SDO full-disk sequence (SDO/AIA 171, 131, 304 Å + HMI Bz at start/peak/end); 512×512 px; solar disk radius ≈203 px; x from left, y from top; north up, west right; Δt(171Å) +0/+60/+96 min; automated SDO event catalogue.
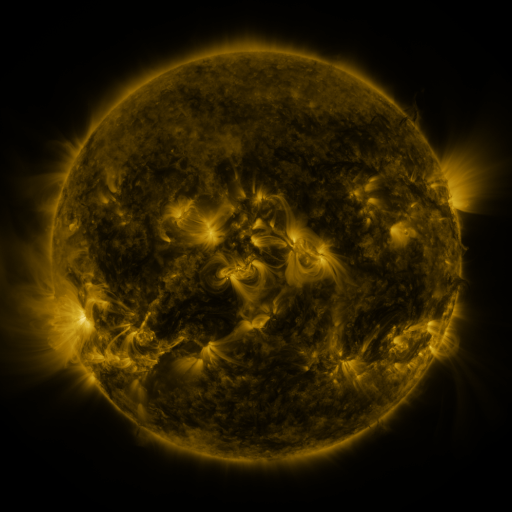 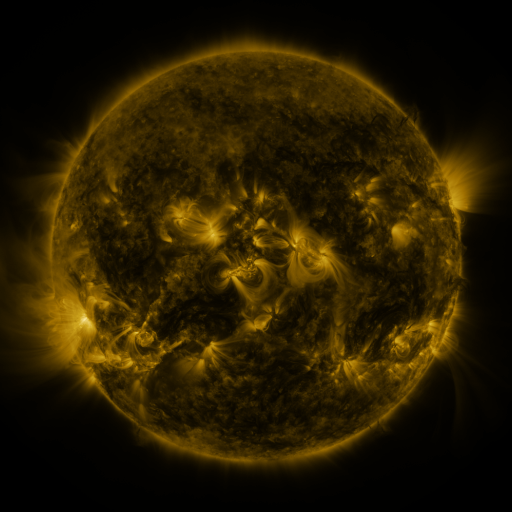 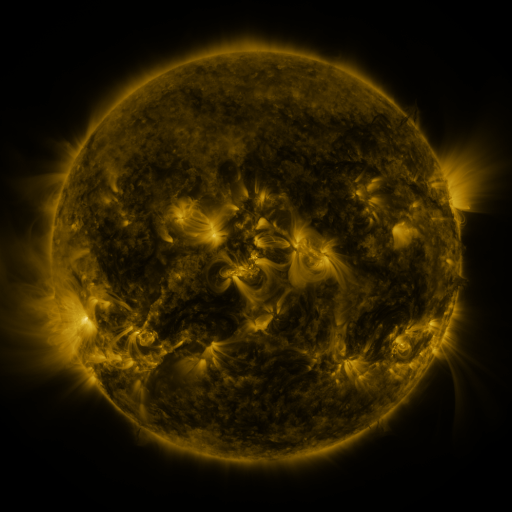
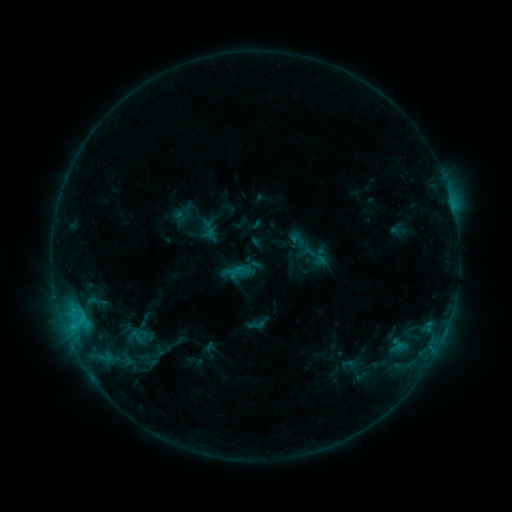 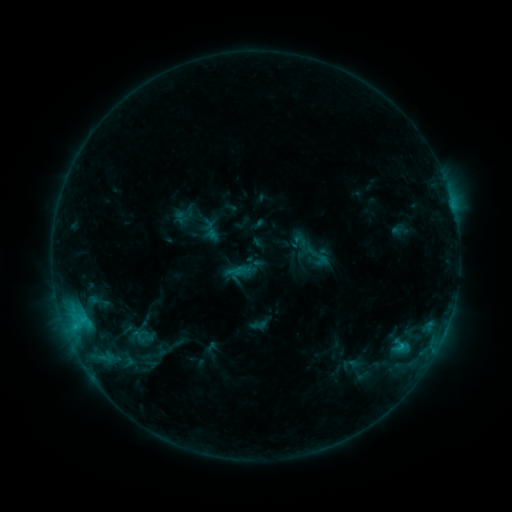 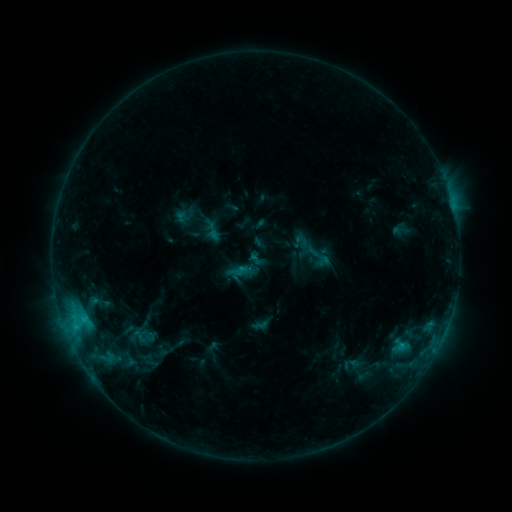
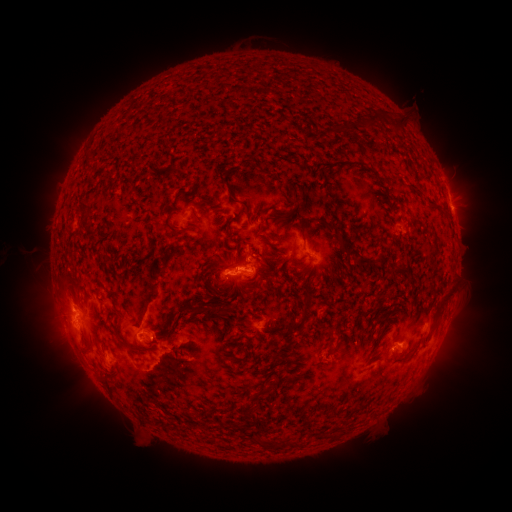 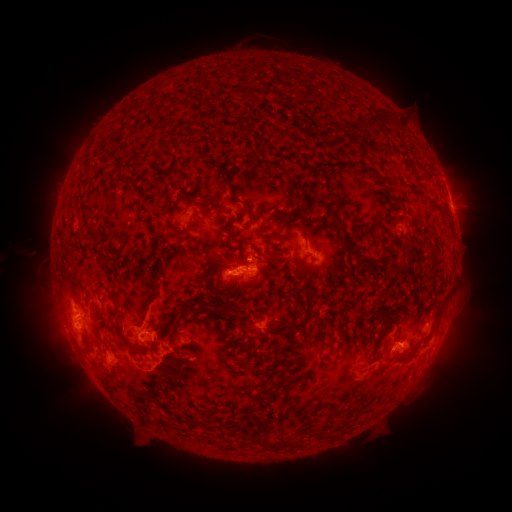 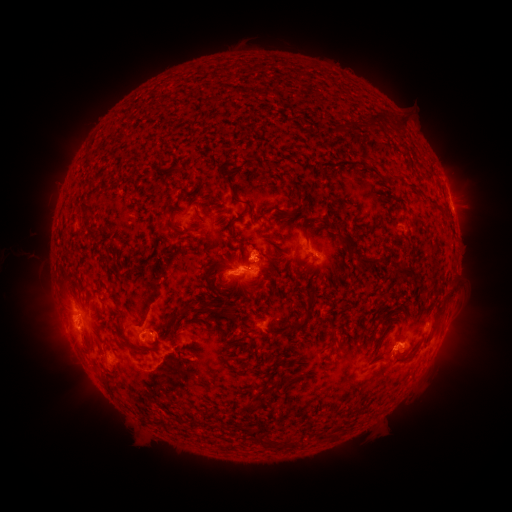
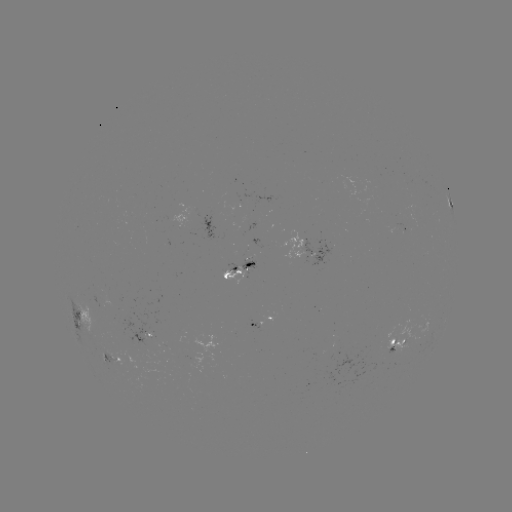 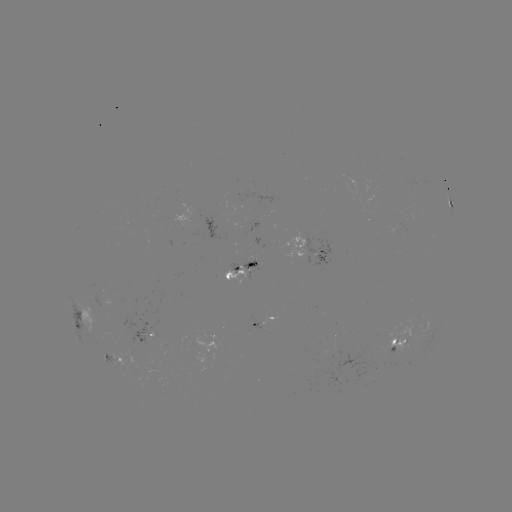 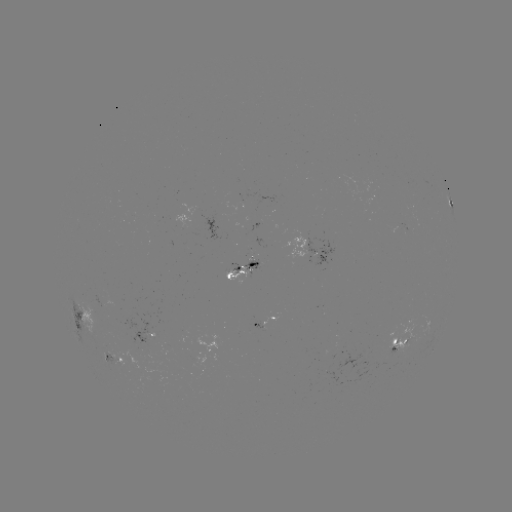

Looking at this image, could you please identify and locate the emerging-flux region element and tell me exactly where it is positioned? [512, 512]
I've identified emerging-flux region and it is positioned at (250, 261).